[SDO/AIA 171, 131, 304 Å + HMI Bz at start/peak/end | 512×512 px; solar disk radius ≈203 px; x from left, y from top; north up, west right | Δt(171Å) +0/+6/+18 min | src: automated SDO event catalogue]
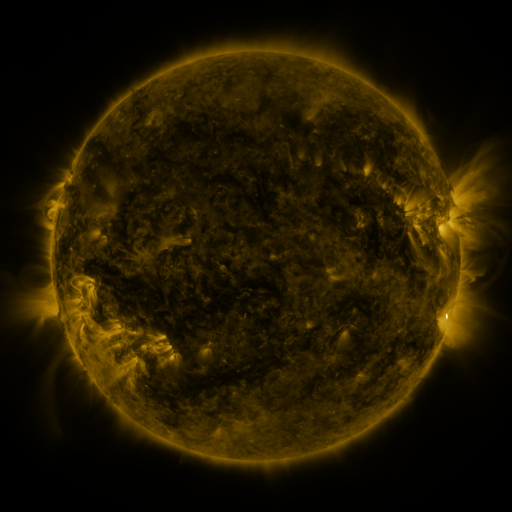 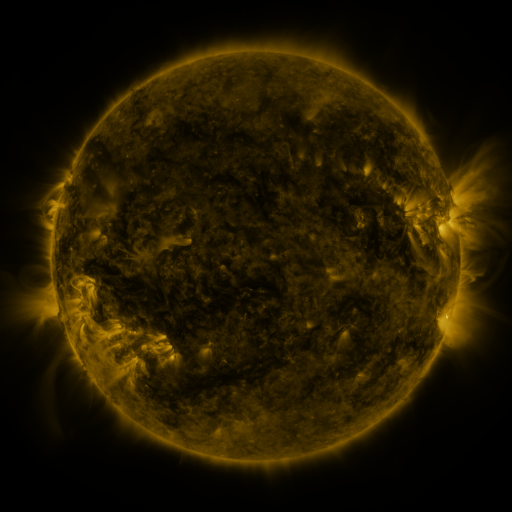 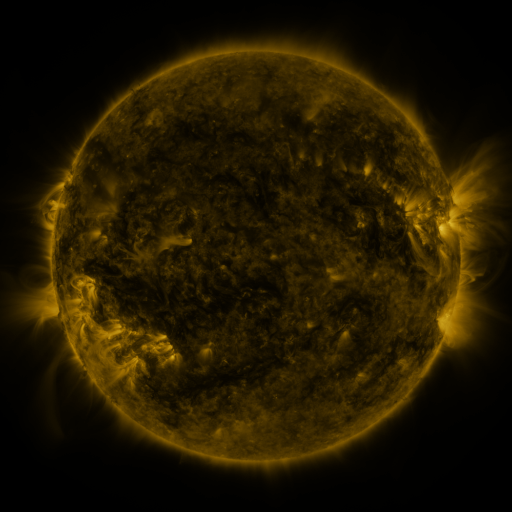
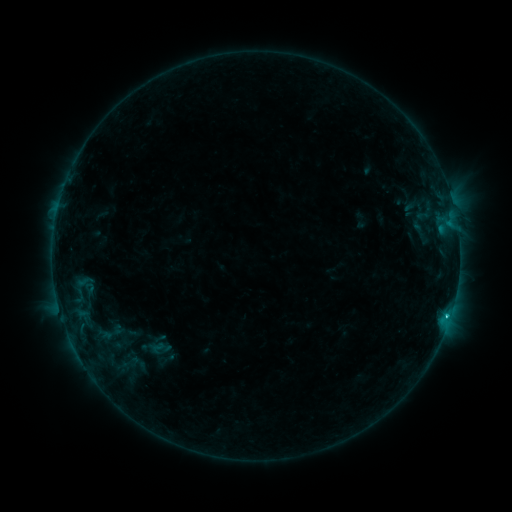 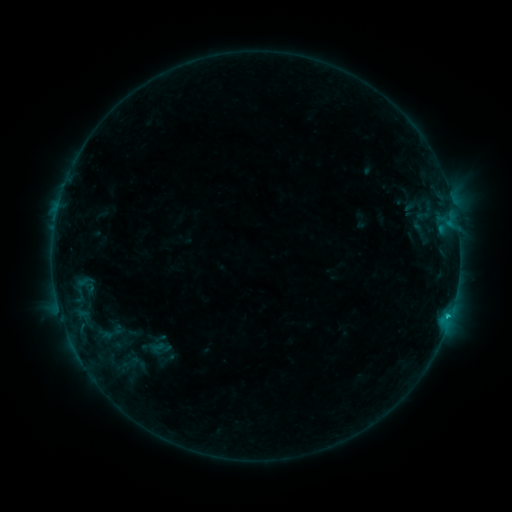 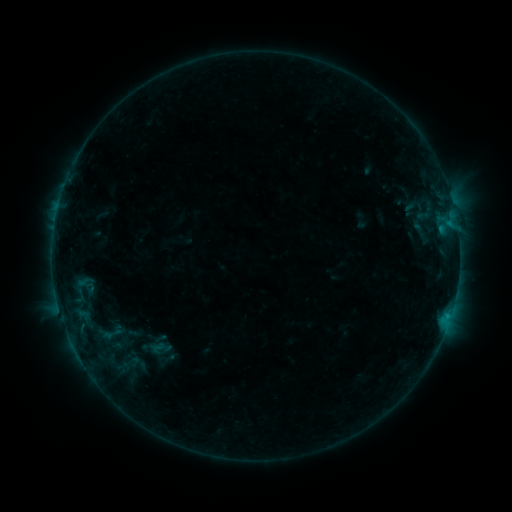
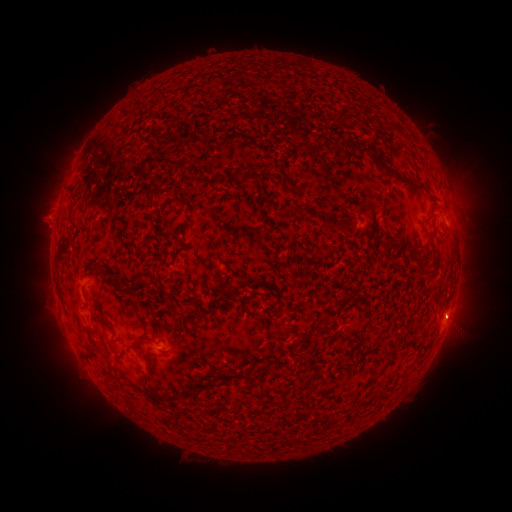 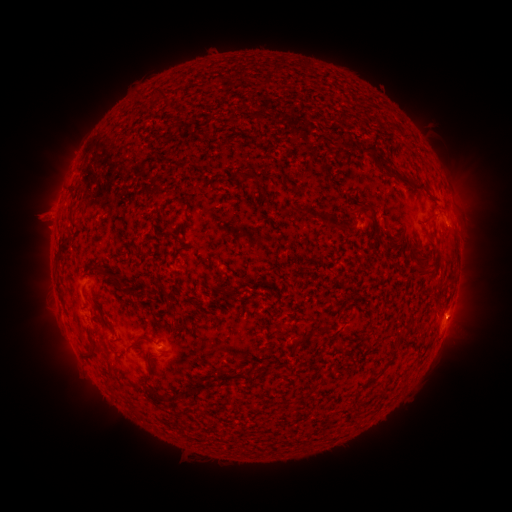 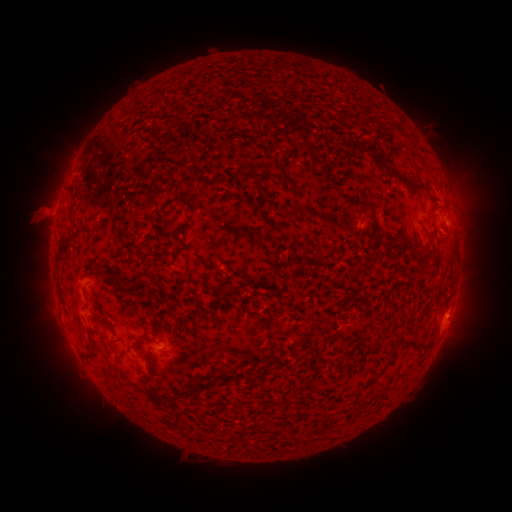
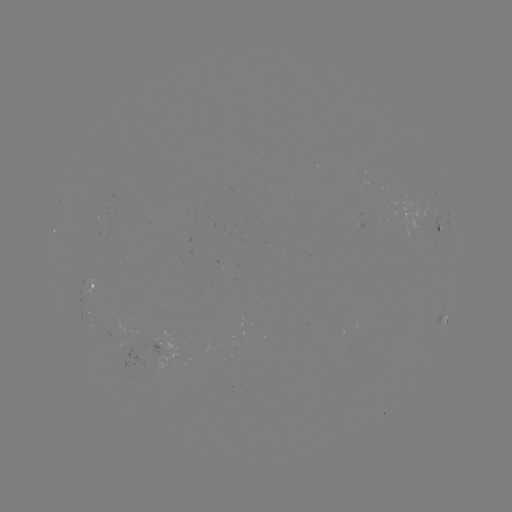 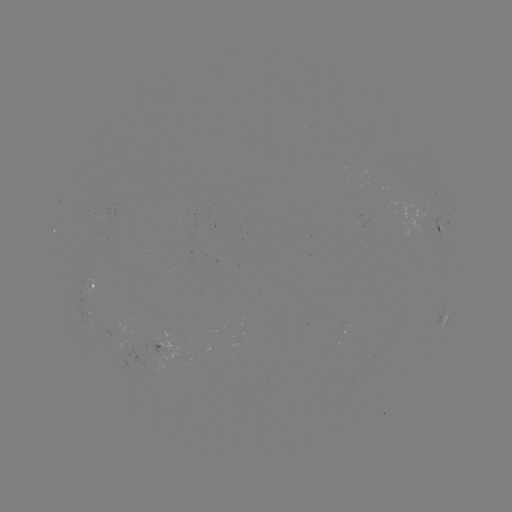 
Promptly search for eruption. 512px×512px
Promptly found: (38, 216).